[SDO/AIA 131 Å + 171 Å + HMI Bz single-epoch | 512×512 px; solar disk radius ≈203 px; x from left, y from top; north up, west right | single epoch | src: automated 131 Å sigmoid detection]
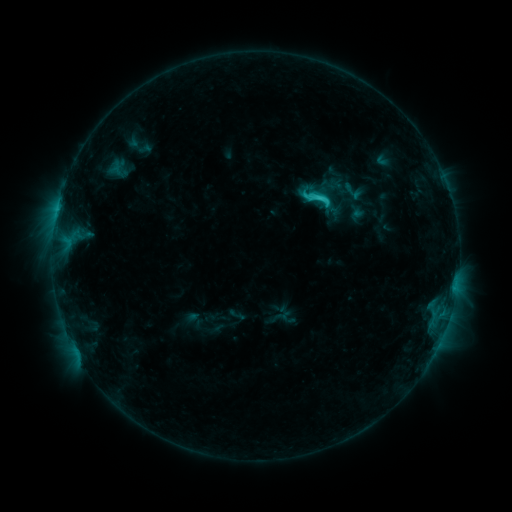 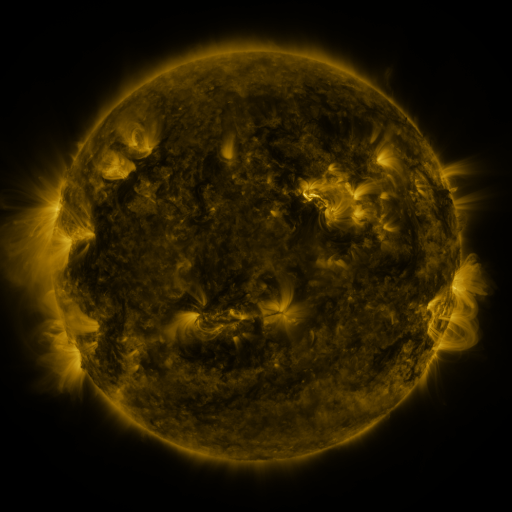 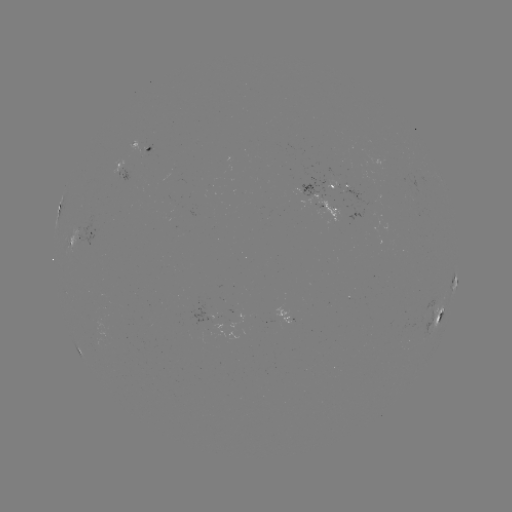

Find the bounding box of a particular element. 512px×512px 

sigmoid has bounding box [300, 182, 335, 214].